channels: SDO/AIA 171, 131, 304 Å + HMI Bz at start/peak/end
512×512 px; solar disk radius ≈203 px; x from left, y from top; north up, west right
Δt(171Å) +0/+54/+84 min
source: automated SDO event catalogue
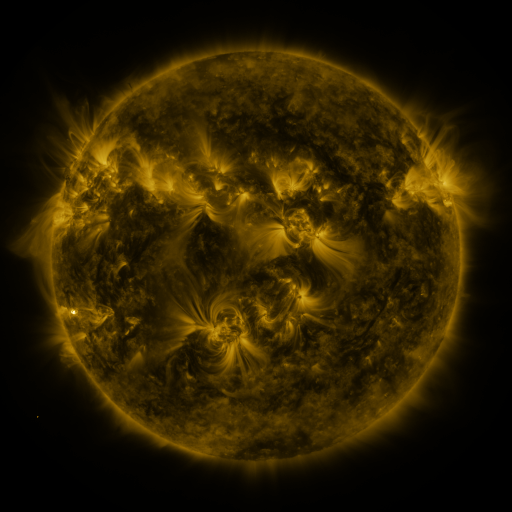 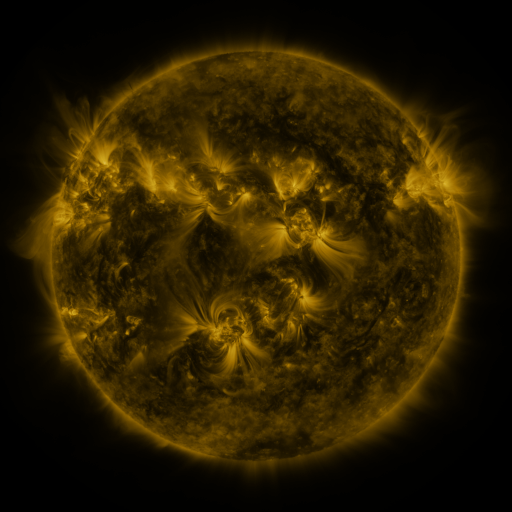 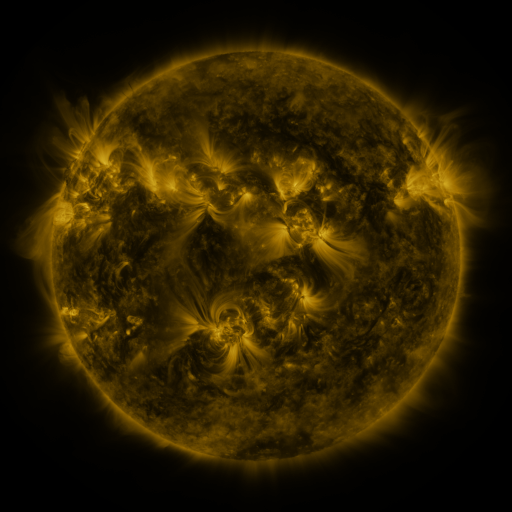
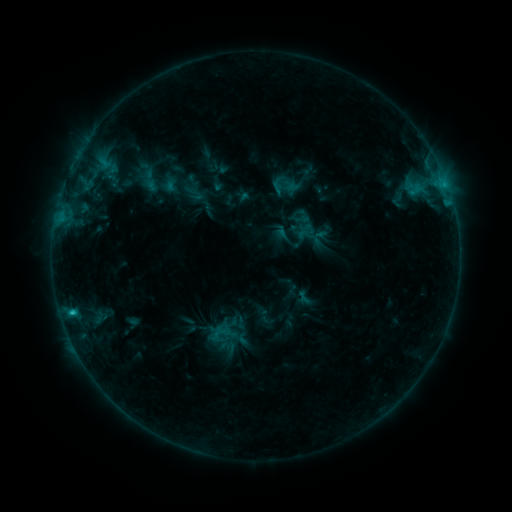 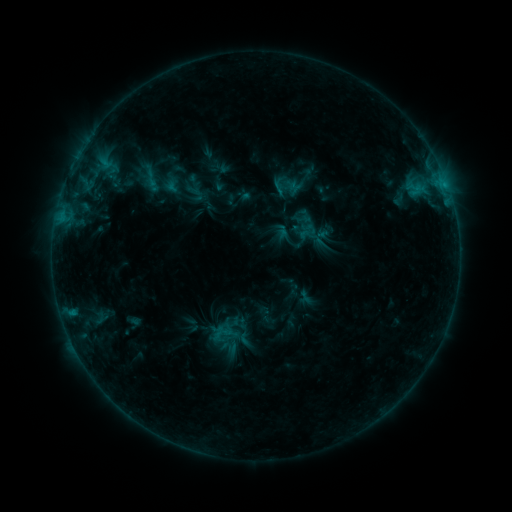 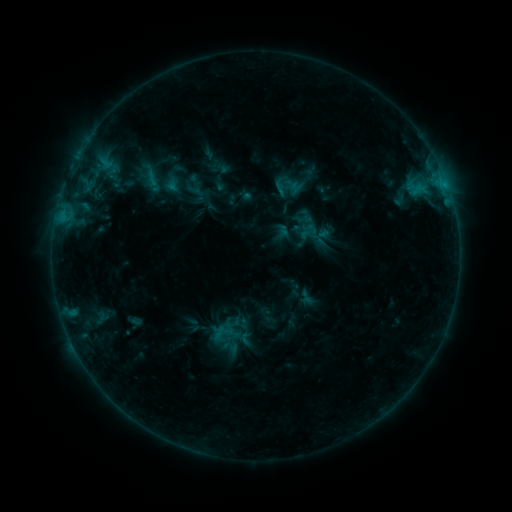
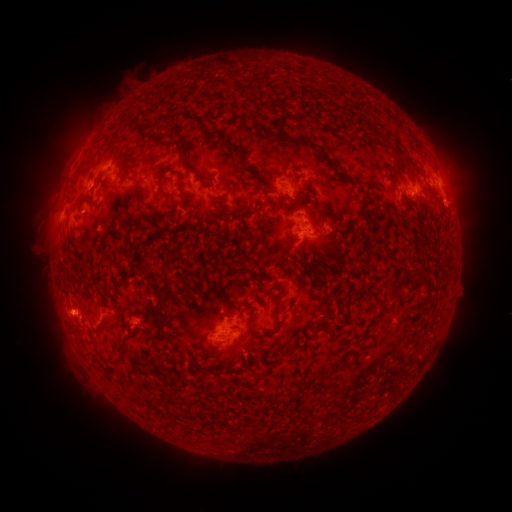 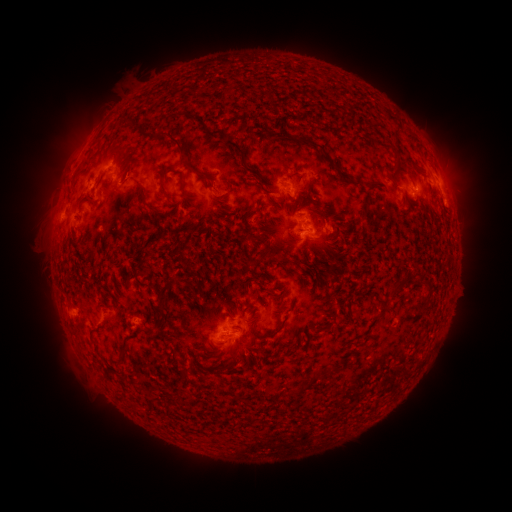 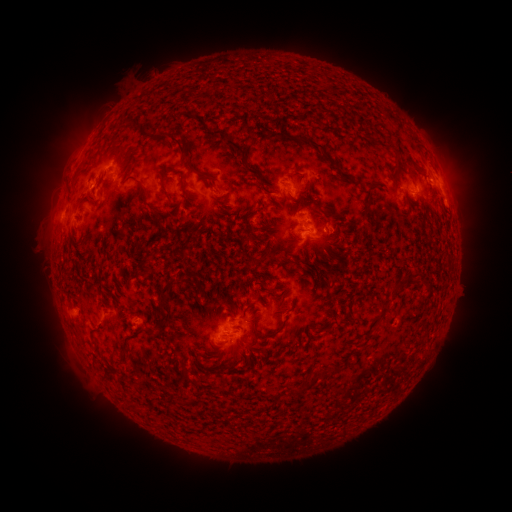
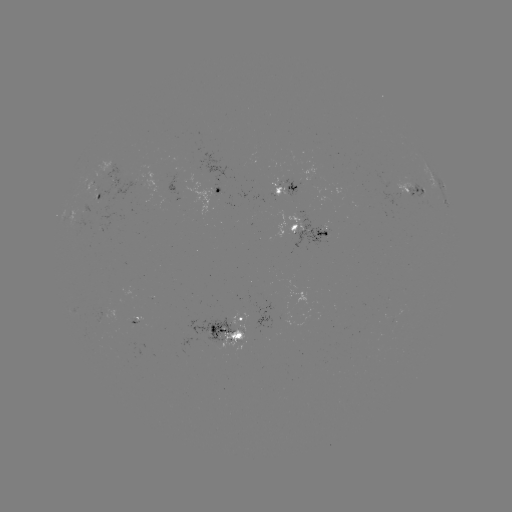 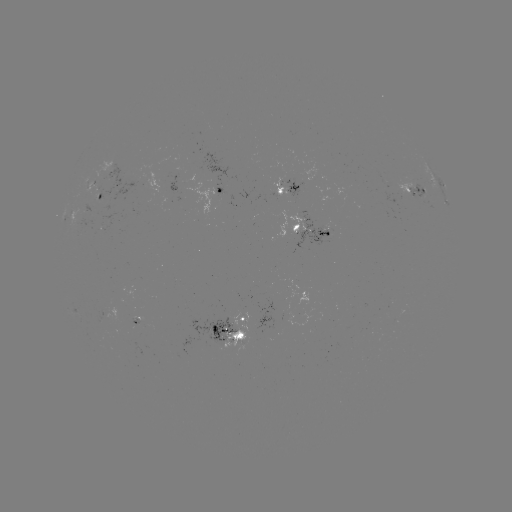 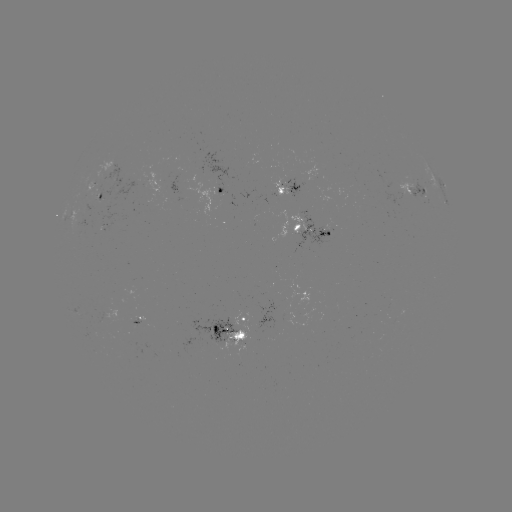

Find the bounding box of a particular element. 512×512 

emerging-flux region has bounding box [129, 318, 141, 326].